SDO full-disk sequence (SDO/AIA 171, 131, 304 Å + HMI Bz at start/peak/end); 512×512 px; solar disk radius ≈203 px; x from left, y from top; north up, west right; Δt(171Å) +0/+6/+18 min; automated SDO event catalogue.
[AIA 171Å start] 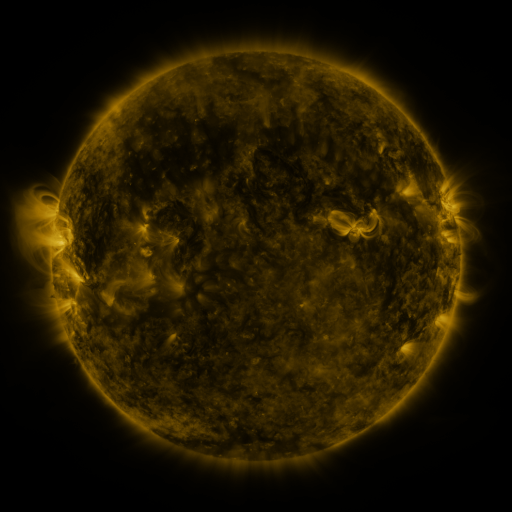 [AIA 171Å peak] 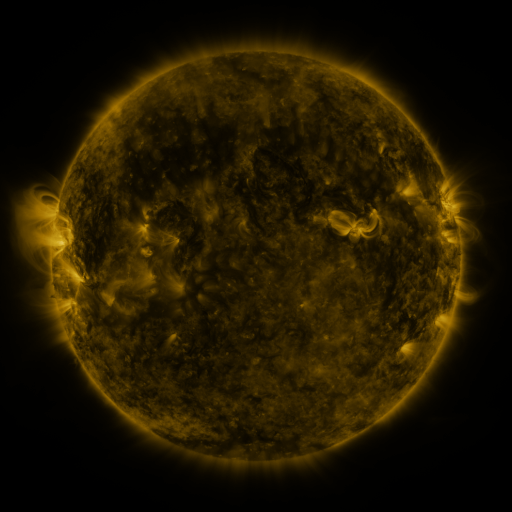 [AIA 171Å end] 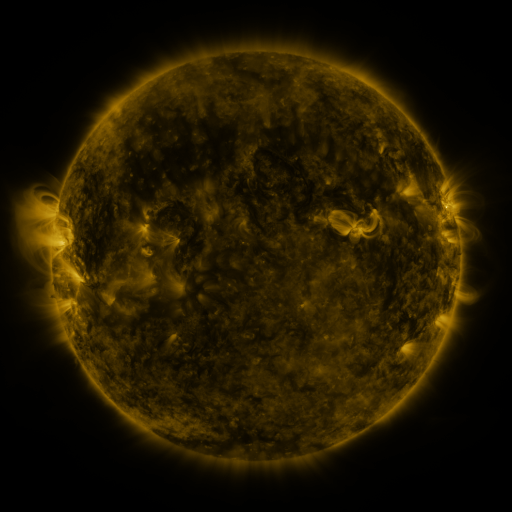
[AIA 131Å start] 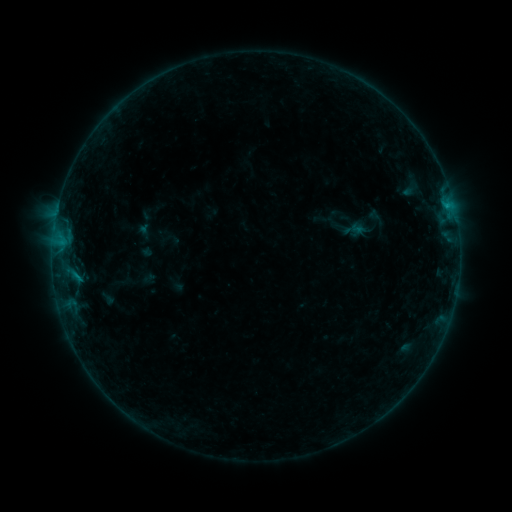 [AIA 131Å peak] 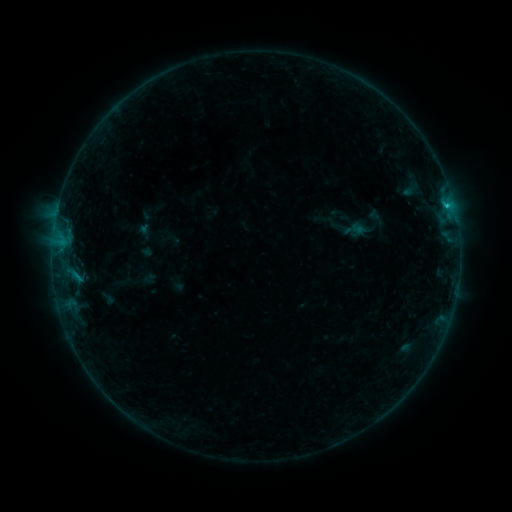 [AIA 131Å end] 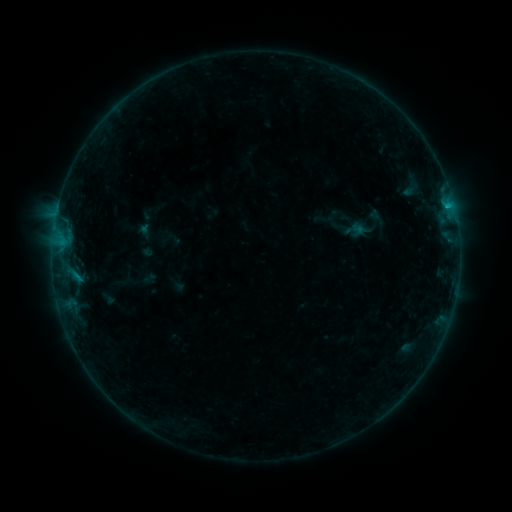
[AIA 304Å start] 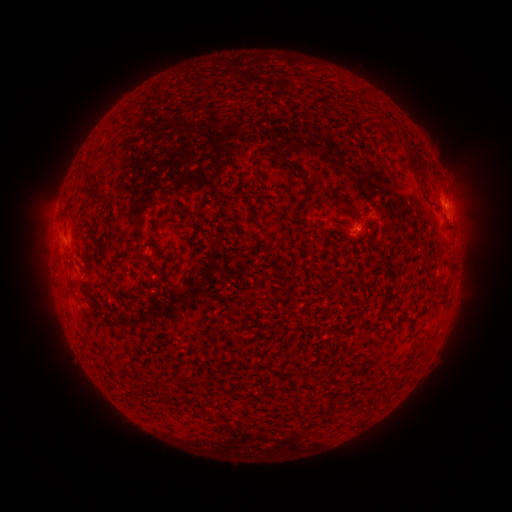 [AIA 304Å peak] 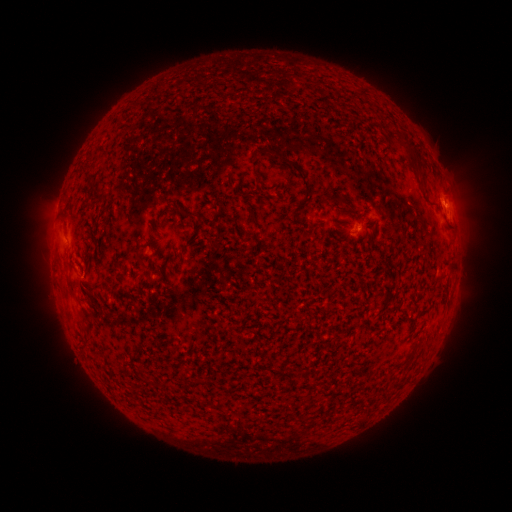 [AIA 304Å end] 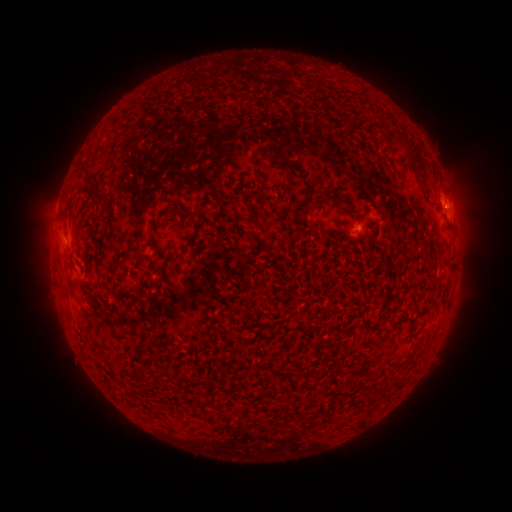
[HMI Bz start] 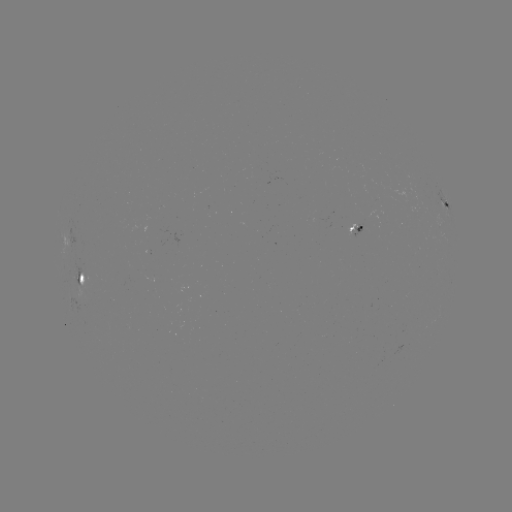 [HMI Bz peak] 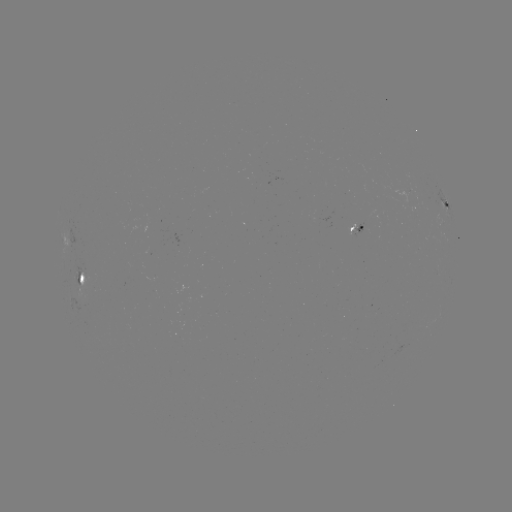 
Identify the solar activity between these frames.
B9.7 flare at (445, 207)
